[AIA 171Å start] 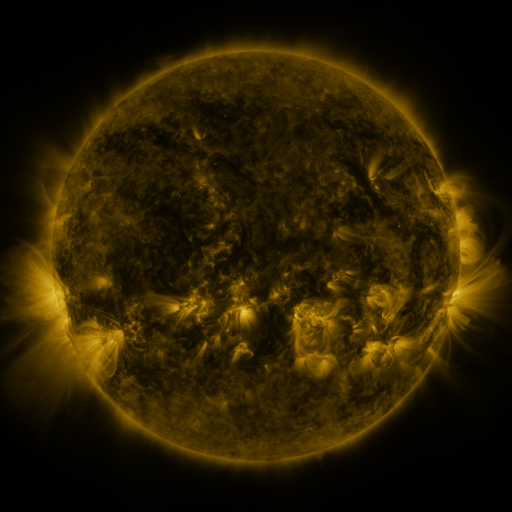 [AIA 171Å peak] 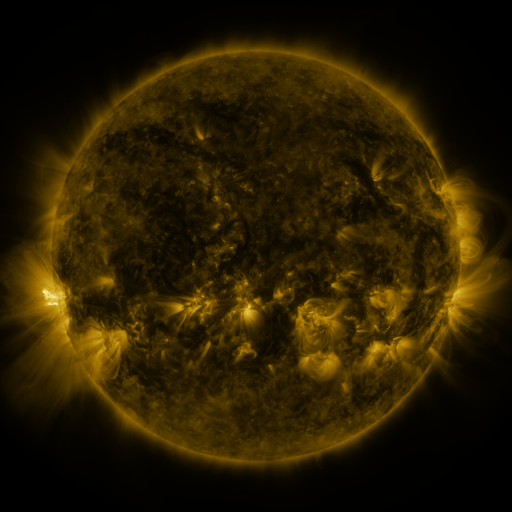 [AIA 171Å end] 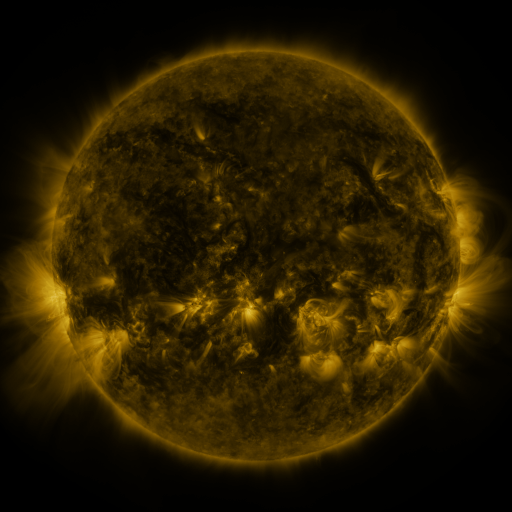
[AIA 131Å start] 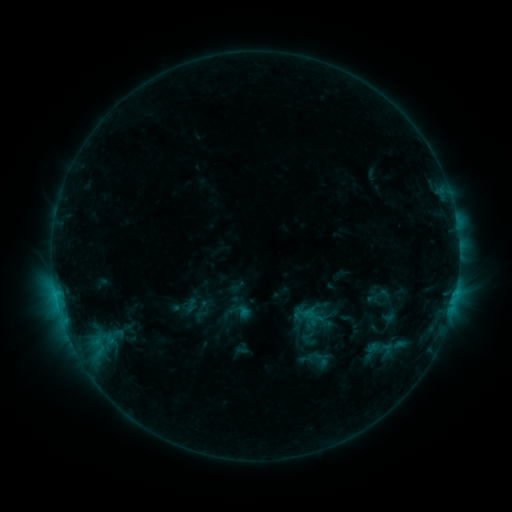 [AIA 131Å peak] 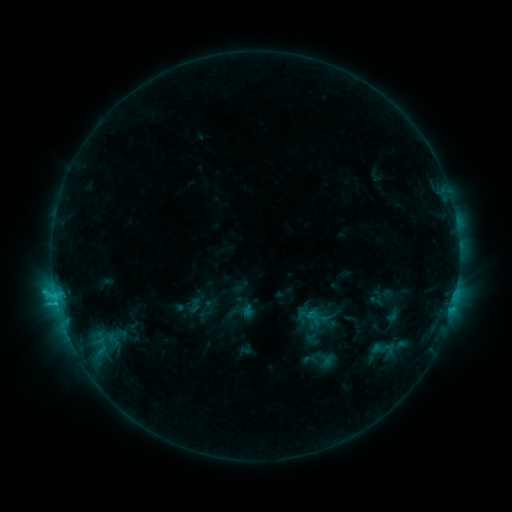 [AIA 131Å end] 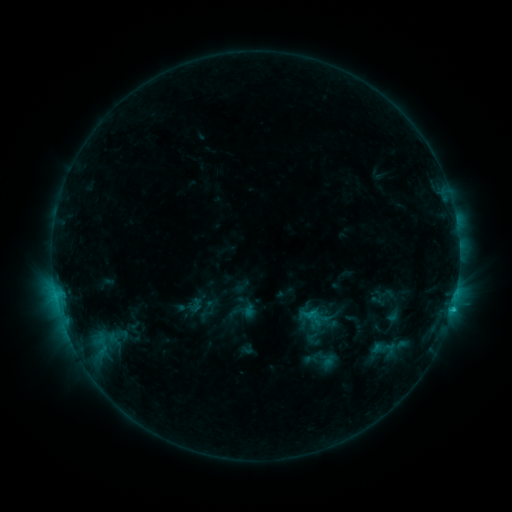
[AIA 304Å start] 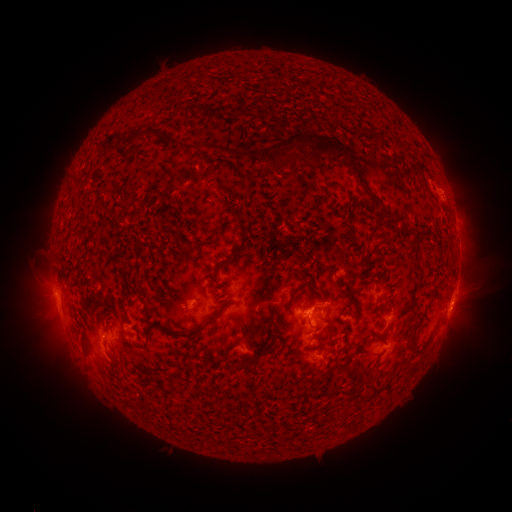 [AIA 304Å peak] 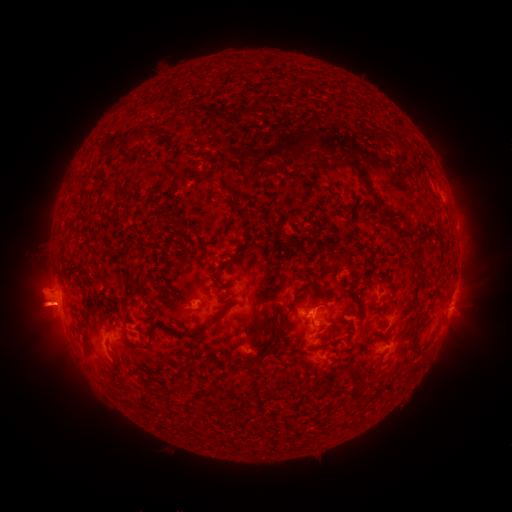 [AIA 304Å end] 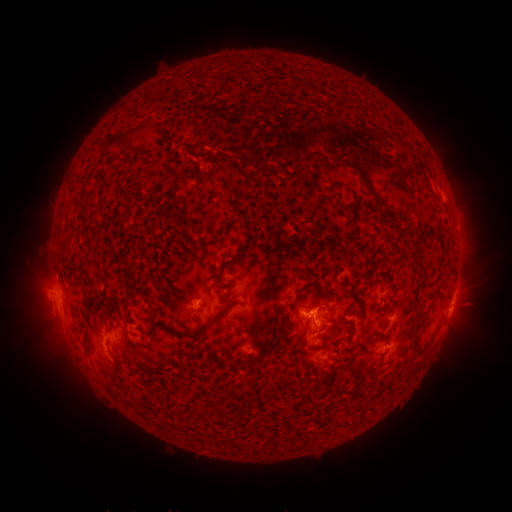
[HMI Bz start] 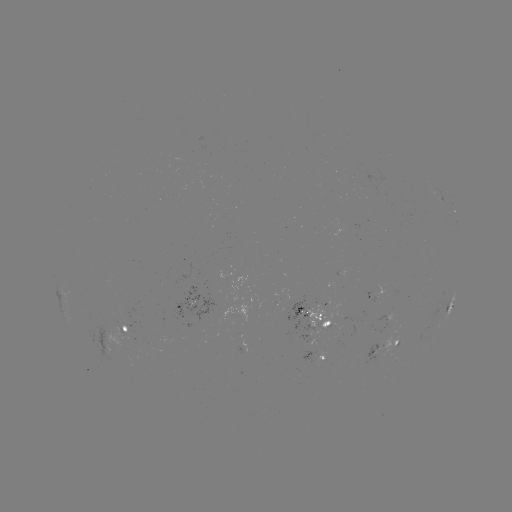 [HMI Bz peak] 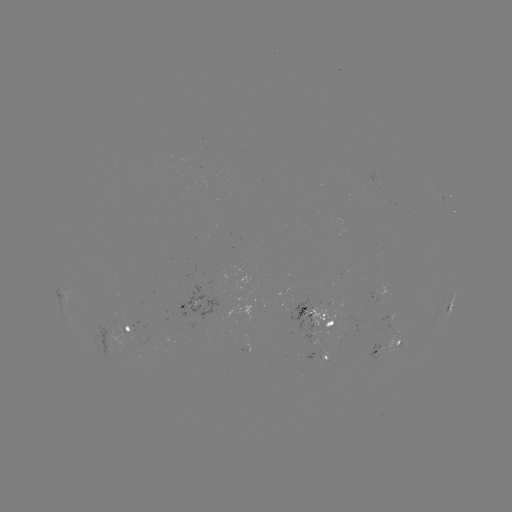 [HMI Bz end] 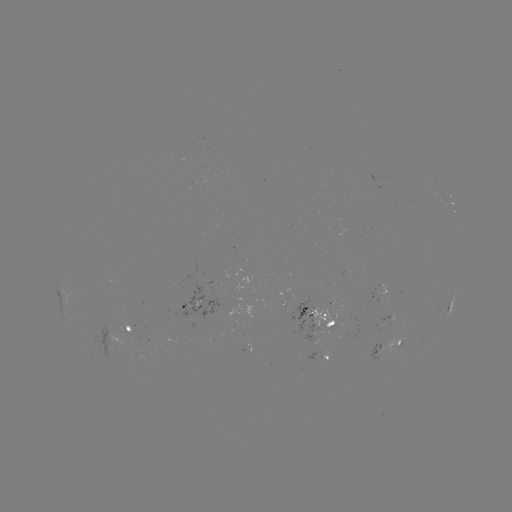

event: emerging-flux region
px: (379, 356)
